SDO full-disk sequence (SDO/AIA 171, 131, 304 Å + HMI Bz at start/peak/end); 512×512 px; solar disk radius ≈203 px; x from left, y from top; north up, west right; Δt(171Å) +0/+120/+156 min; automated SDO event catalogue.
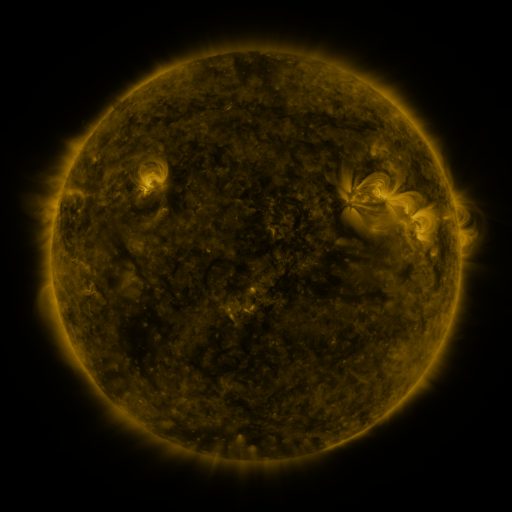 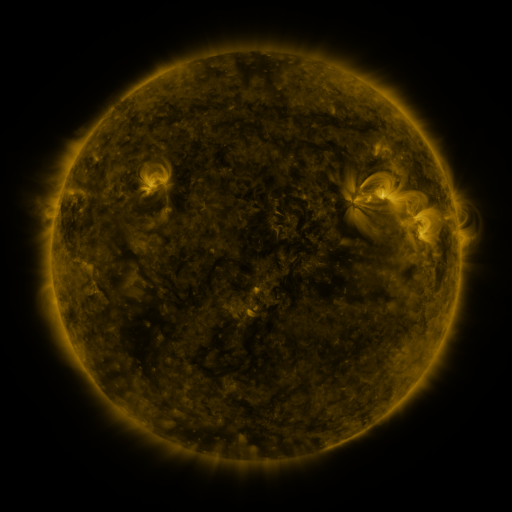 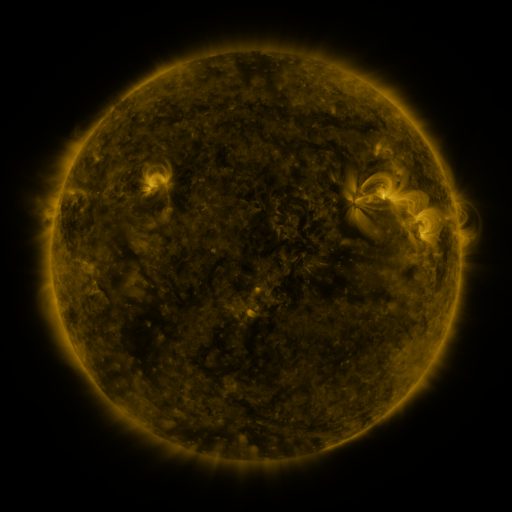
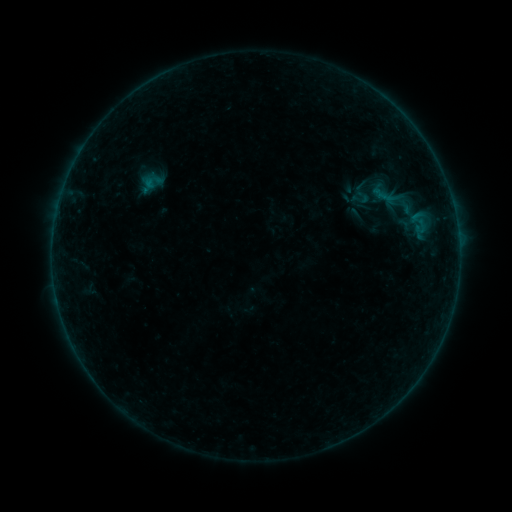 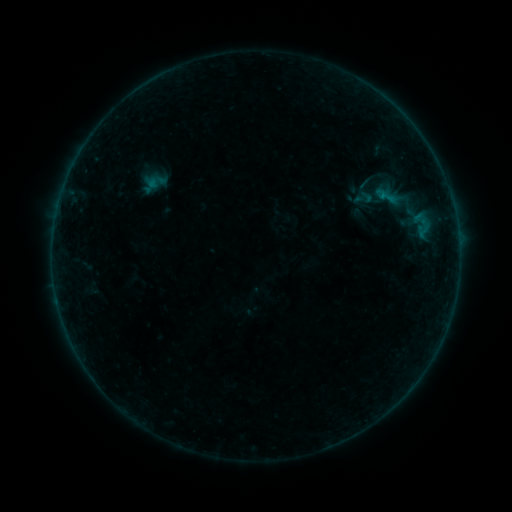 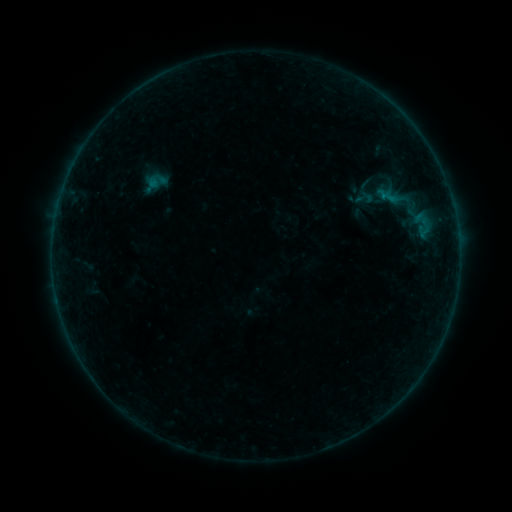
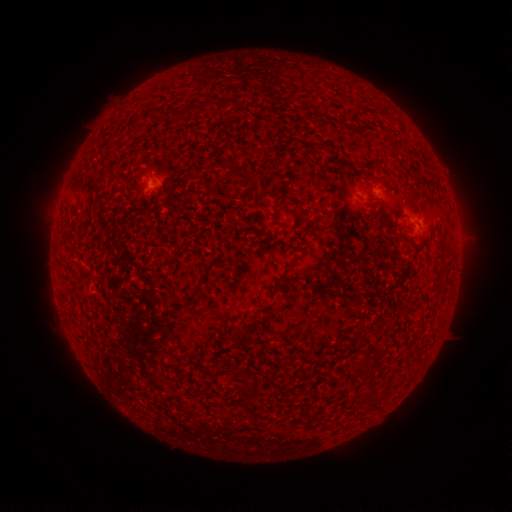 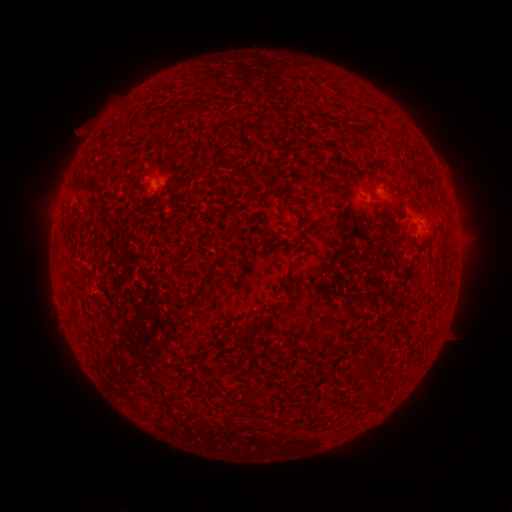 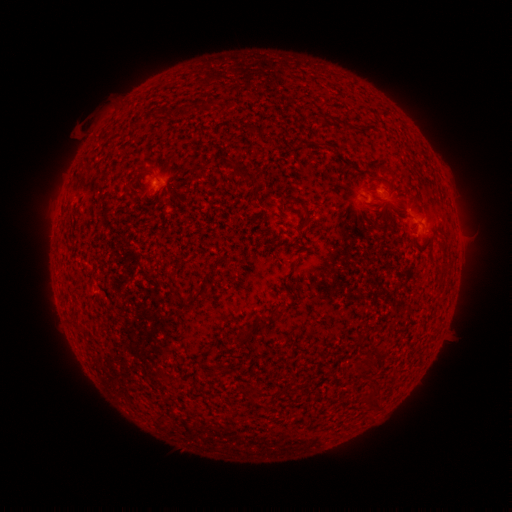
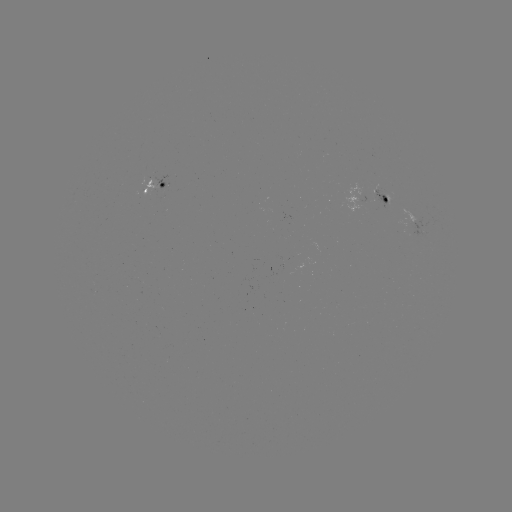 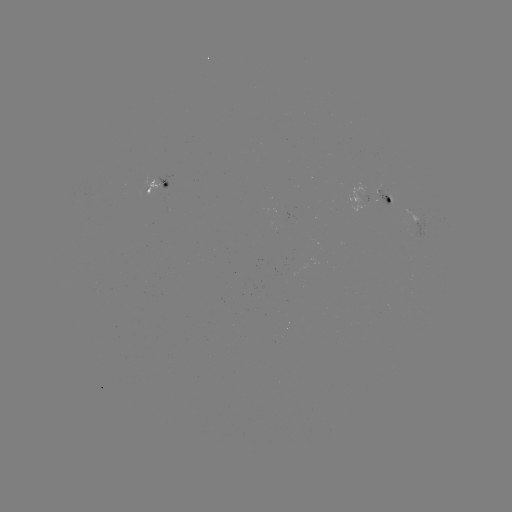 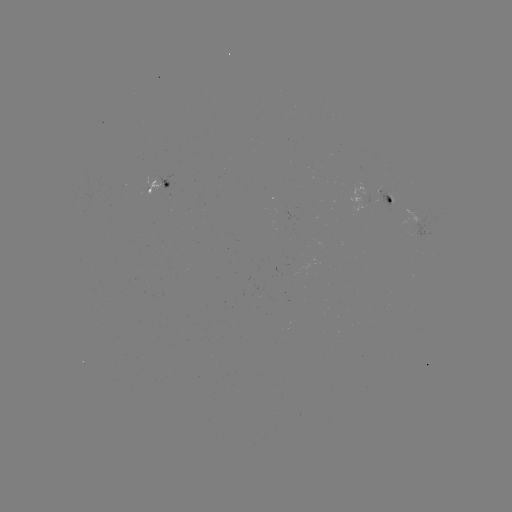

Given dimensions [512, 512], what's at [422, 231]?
emerging-flux region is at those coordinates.